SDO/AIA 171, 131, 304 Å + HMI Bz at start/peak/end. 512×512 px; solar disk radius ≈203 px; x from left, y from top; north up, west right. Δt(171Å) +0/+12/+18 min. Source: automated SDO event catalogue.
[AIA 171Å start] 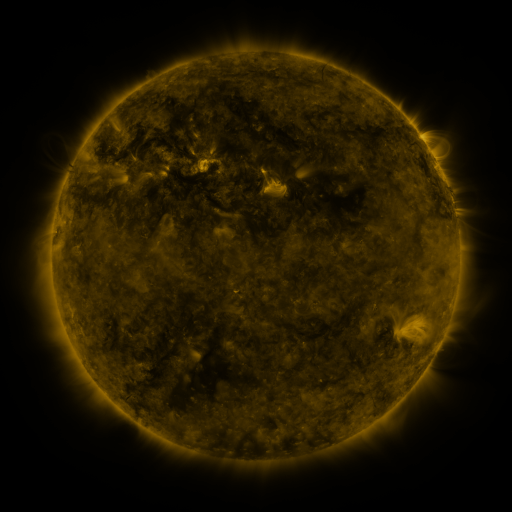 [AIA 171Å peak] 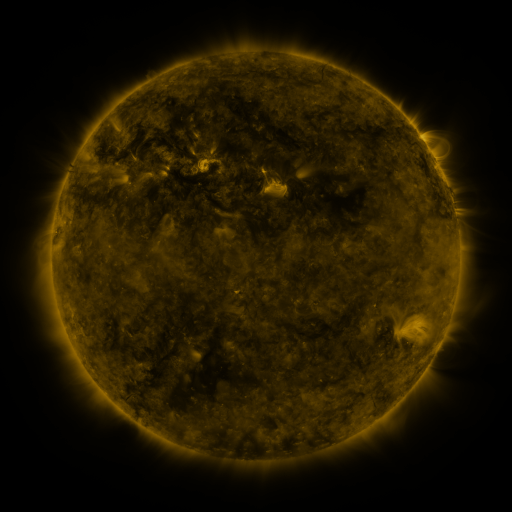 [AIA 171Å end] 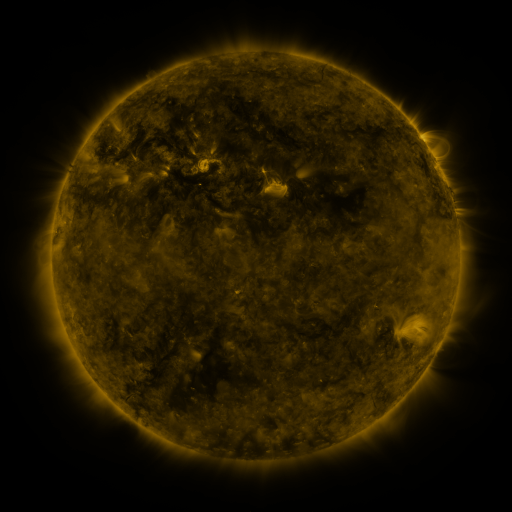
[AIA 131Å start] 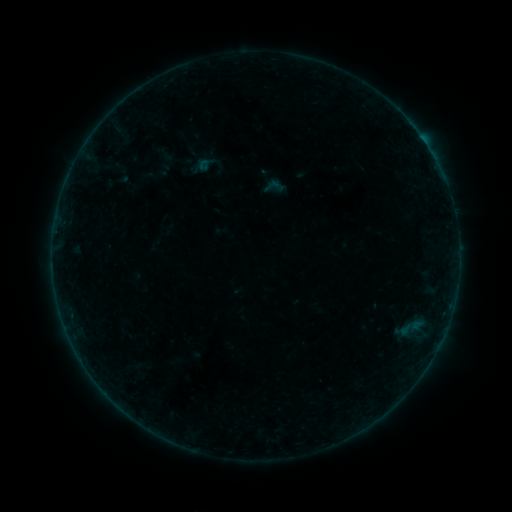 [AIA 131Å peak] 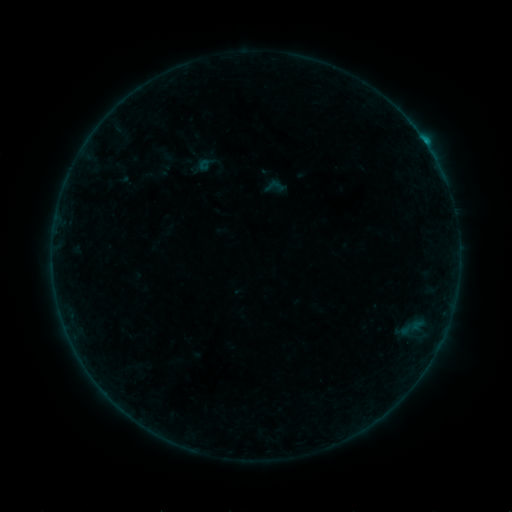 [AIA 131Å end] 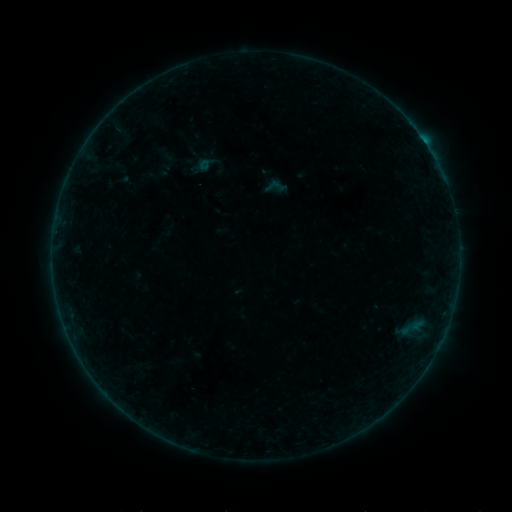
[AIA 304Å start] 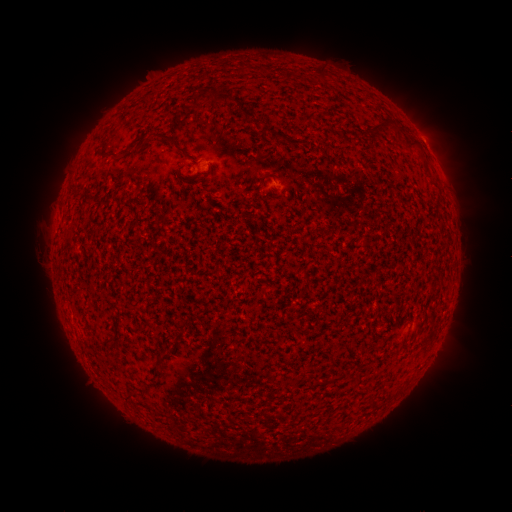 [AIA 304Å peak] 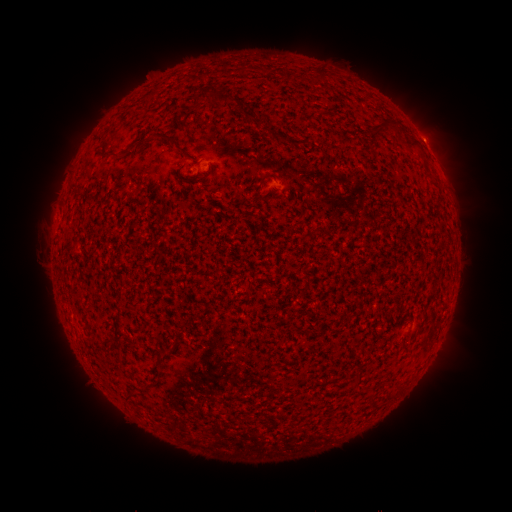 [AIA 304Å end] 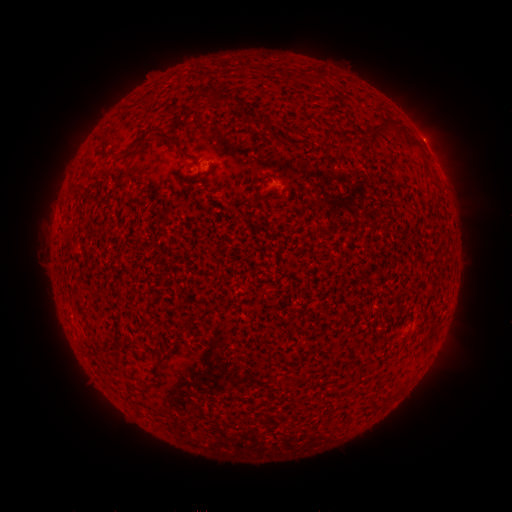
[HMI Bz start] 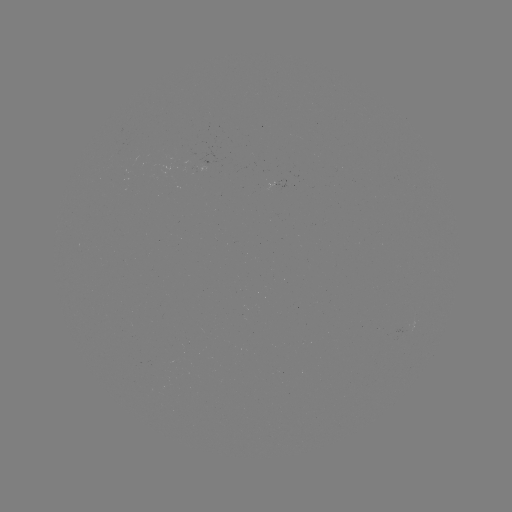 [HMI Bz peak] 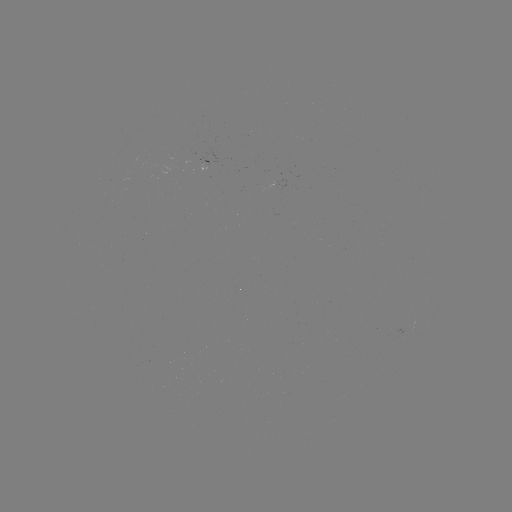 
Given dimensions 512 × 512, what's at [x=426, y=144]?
B3.7 flare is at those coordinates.